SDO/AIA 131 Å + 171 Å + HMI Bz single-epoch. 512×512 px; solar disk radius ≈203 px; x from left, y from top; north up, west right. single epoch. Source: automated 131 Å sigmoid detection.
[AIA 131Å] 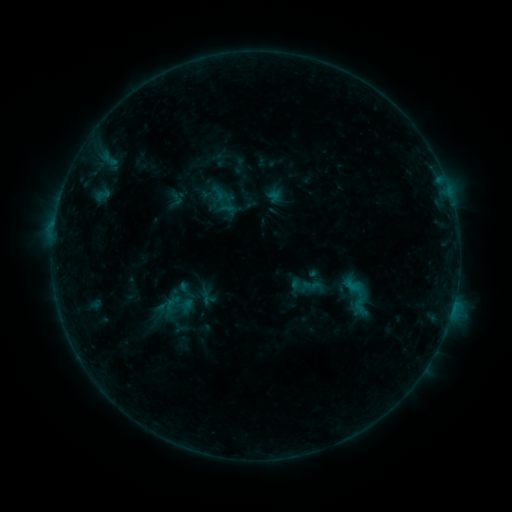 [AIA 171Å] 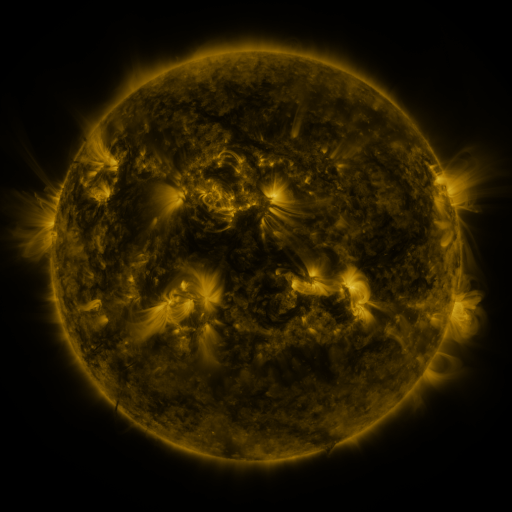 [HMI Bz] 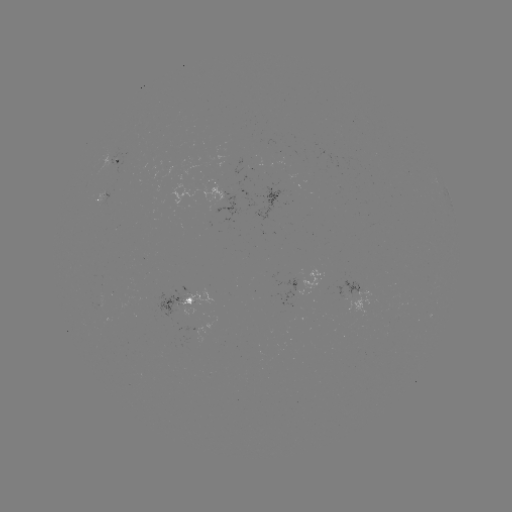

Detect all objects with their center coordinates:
sigmoid: (211, 188, 238, 214)
sigmoid: (336, 274, 376, 319)
